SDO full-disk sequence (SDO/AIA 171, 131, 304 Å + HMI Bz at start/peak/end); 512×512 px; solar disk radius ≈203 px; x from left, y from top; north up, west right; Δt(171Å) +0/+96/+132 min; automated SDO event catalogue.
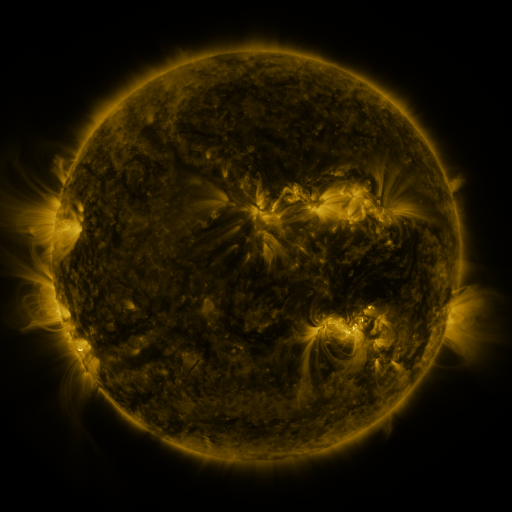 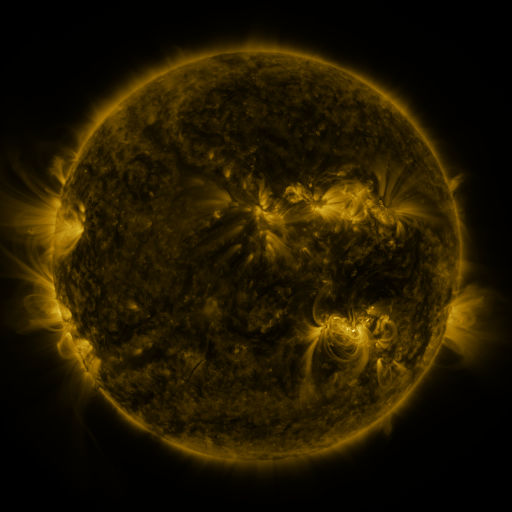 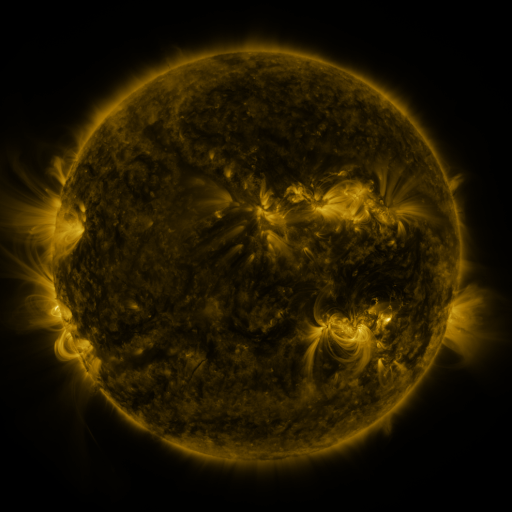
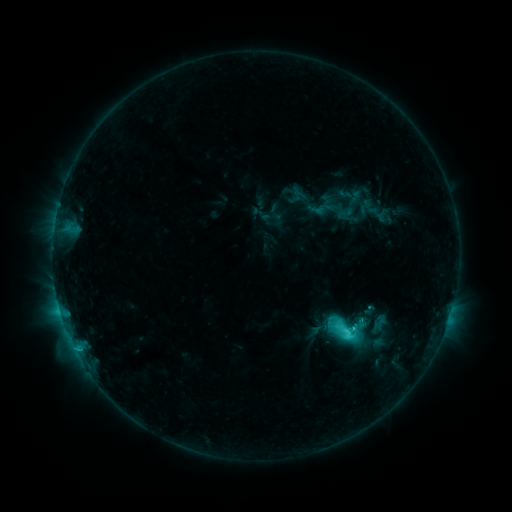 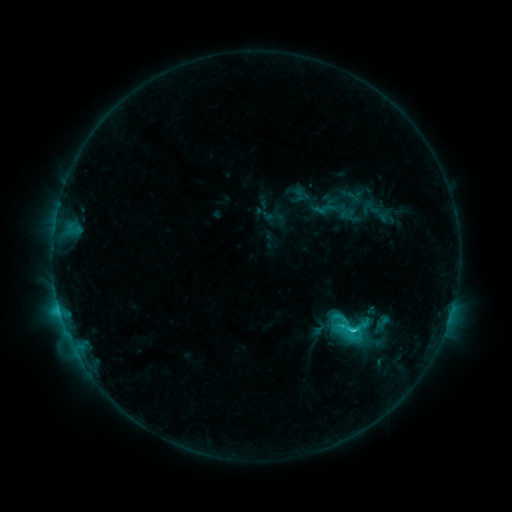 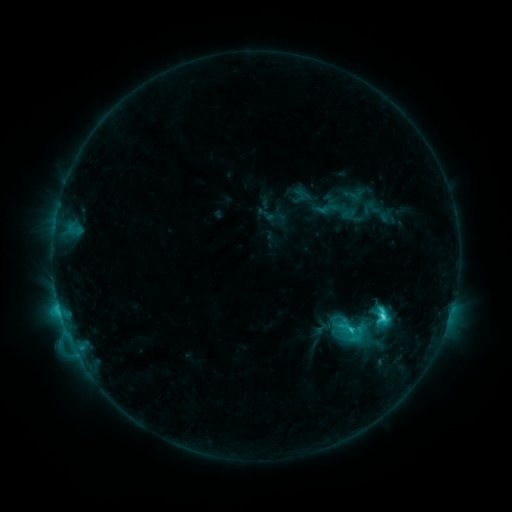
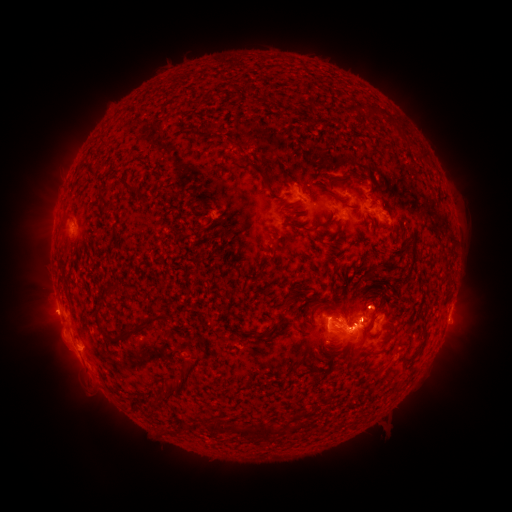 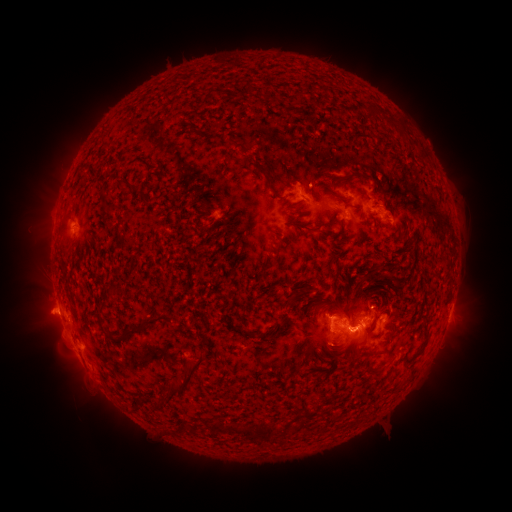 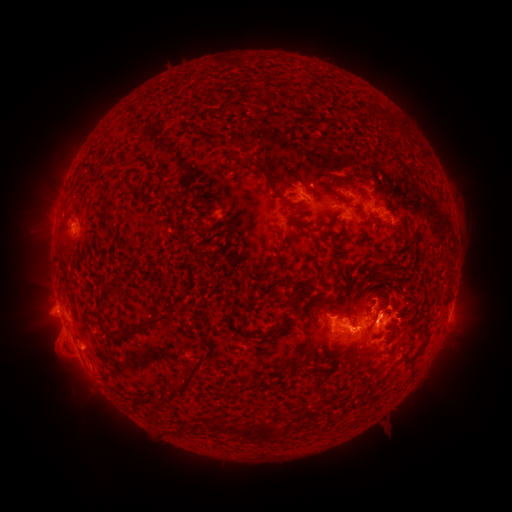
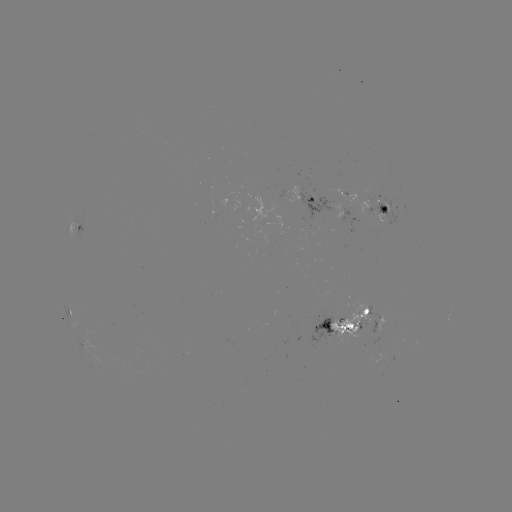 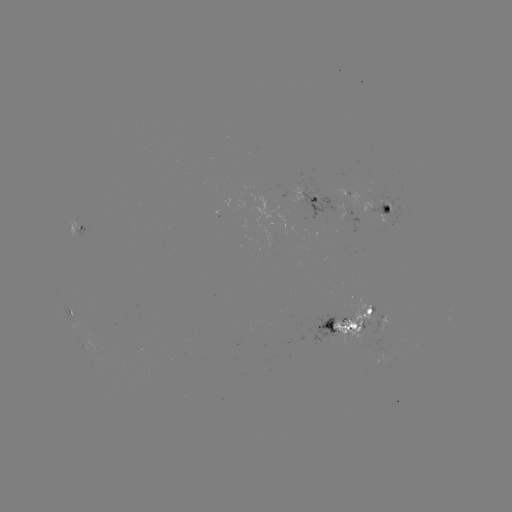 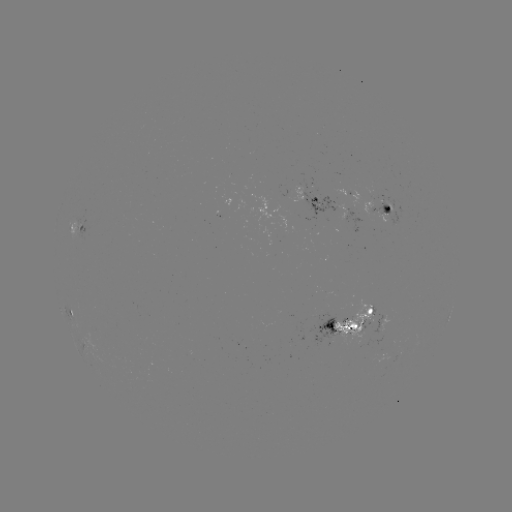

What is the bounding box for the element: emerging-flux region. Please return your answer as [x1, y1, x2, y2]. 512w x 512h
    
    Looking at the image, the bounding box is [331, 299, 371, 345].